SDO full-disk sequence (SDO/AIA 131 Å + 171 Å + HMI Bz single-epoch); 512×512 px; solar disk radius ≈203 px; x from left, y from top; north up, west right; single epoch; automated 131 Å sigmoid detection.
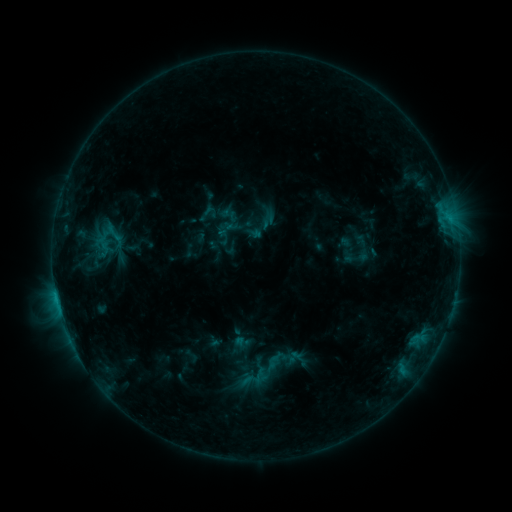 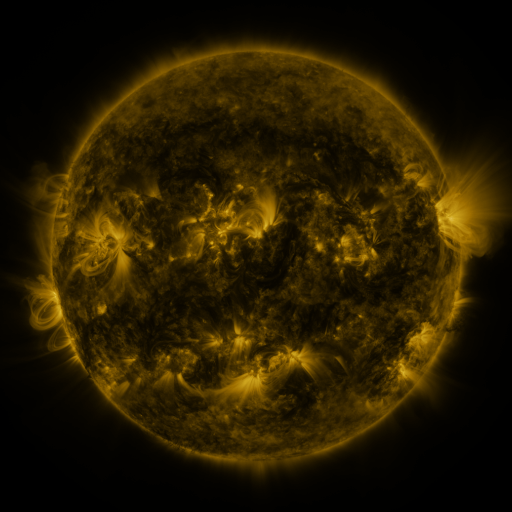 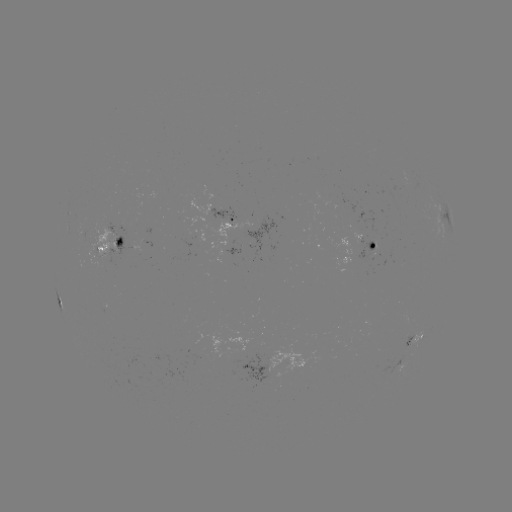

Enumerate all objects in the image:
sigmoid: (101, 263)
sigmoid: (267, 370)
